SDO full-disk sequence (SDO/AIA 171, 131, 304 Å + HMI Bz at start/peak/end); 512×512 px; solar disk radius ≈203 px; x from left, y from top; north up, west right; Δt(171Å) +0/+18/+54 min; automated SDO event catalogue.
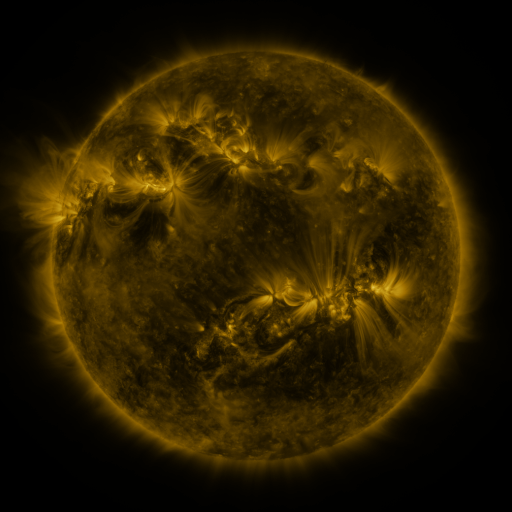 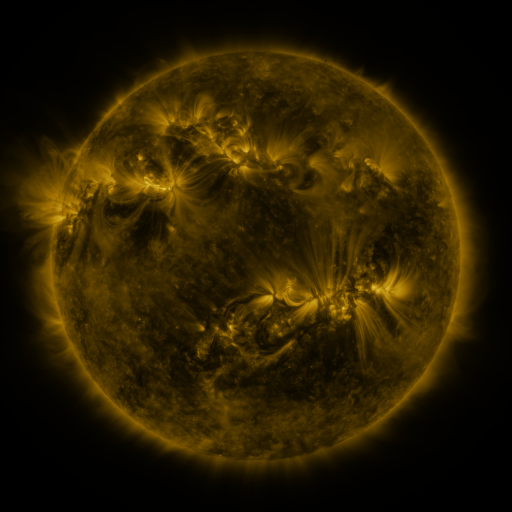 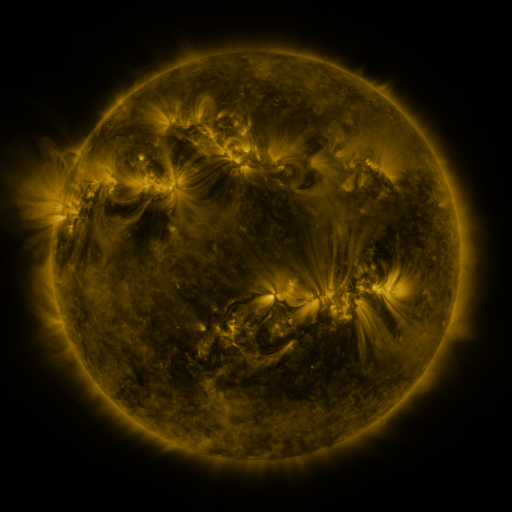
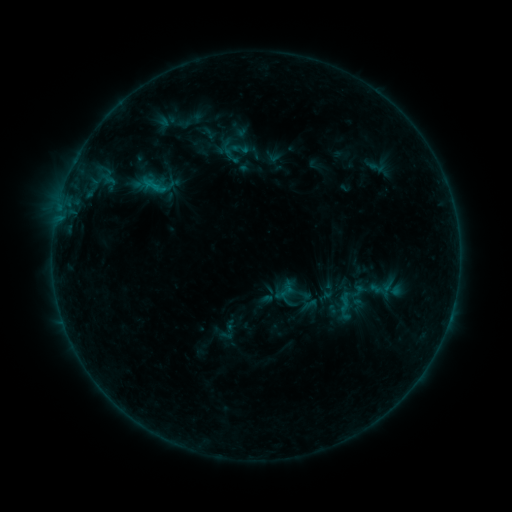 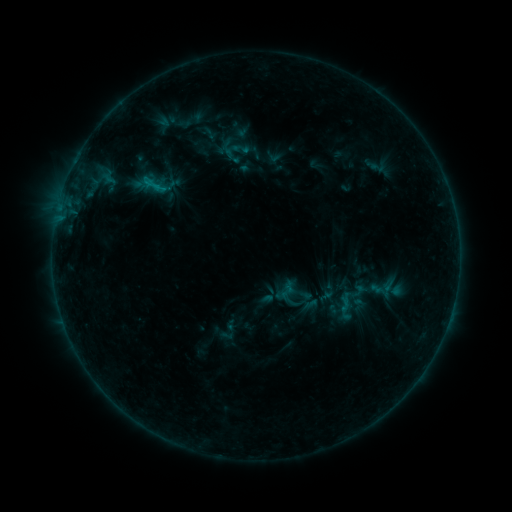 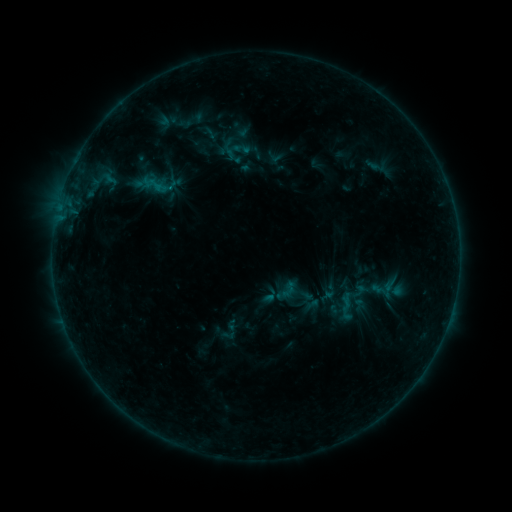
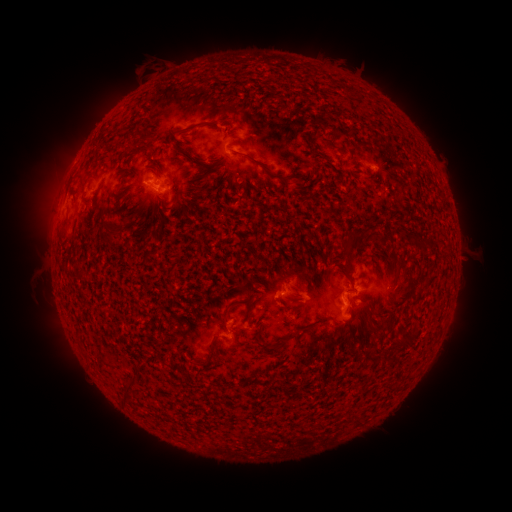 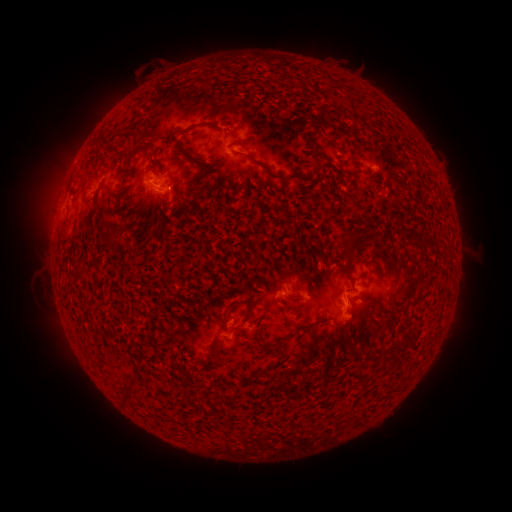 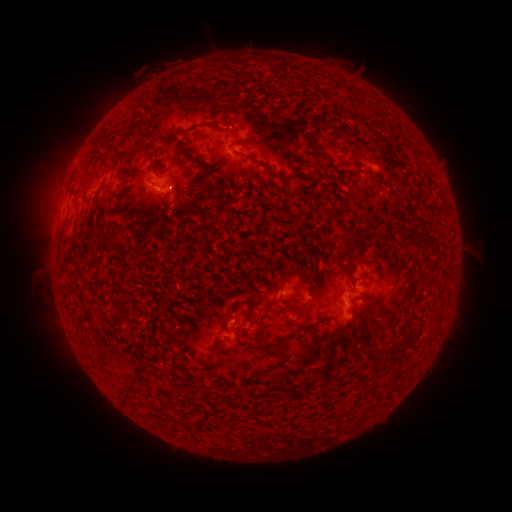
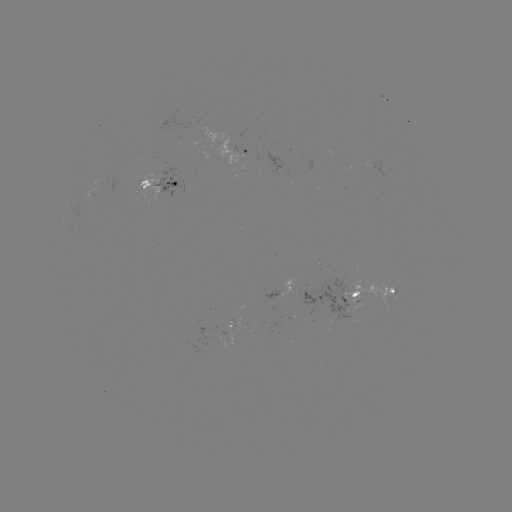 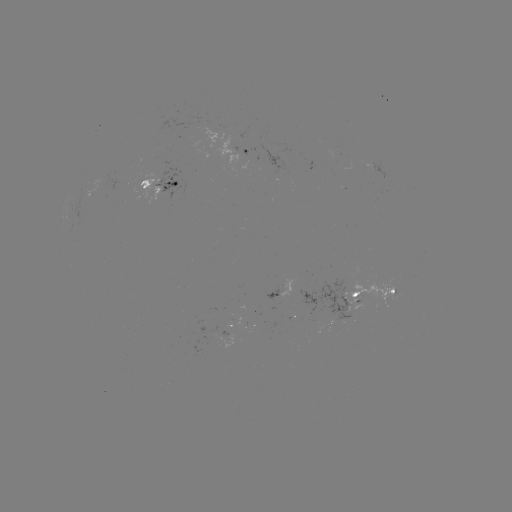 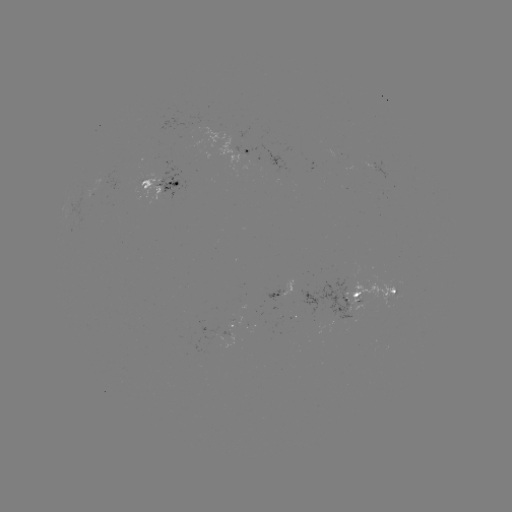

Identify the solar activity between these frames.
emerging-flux region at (374, 166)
